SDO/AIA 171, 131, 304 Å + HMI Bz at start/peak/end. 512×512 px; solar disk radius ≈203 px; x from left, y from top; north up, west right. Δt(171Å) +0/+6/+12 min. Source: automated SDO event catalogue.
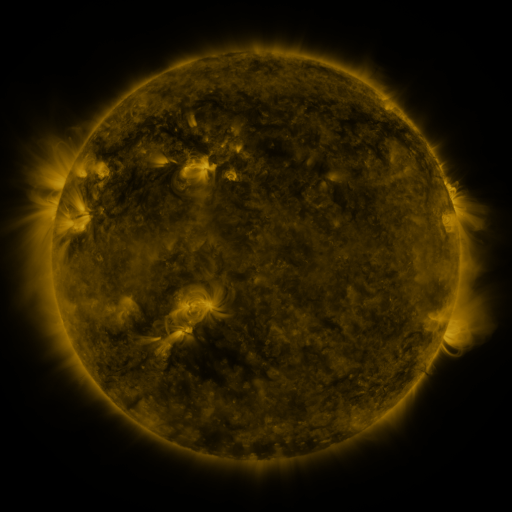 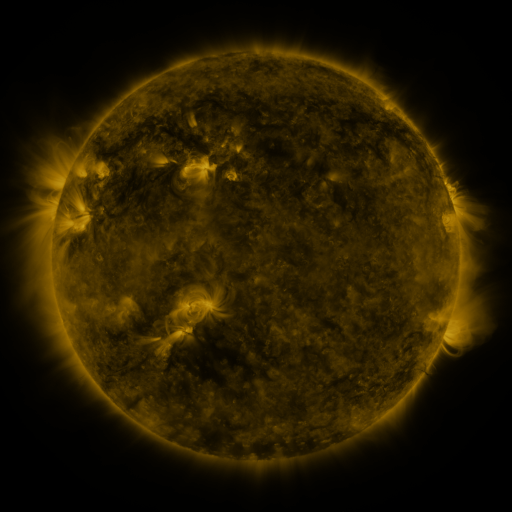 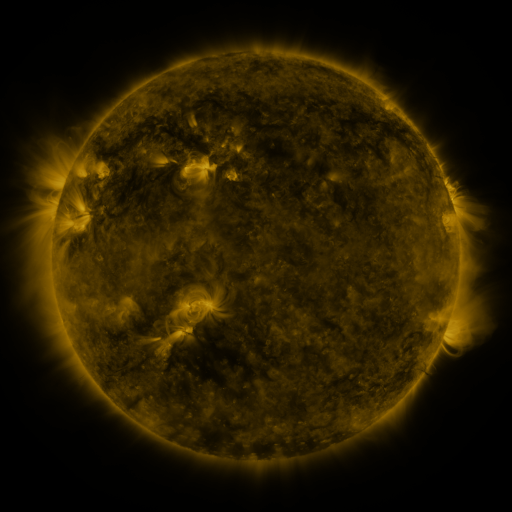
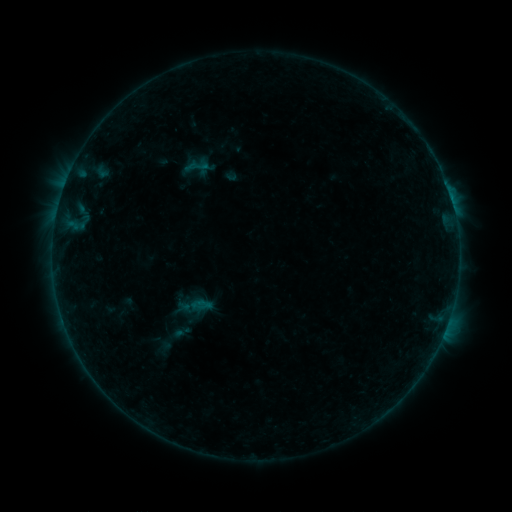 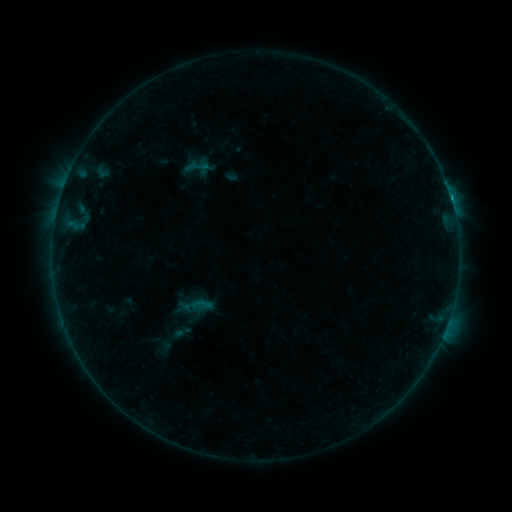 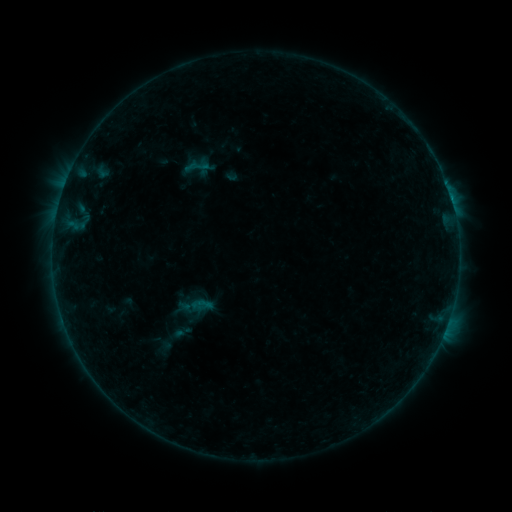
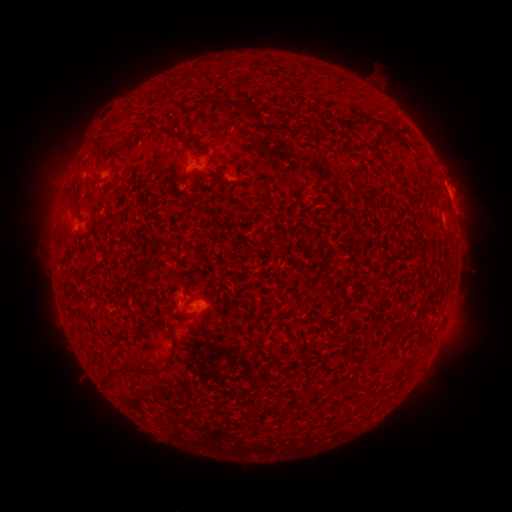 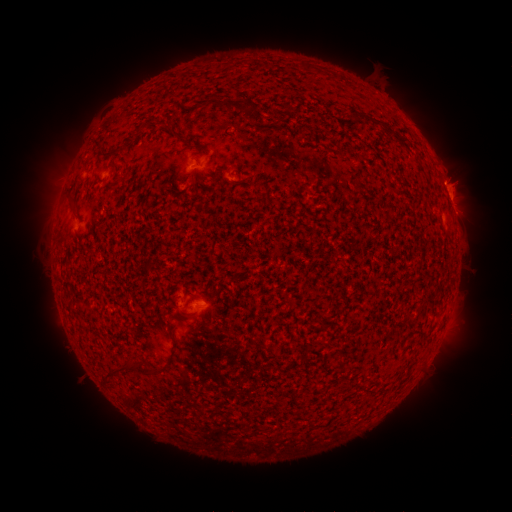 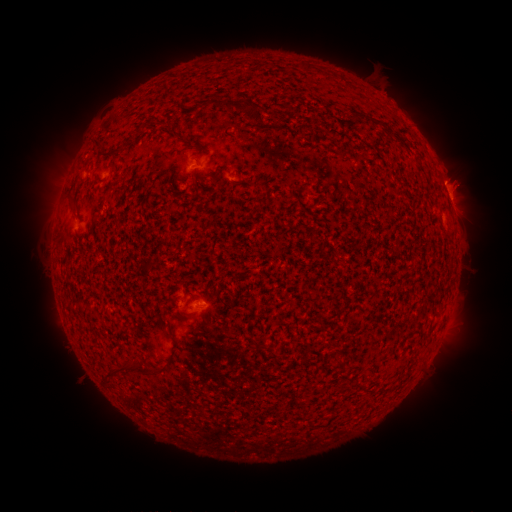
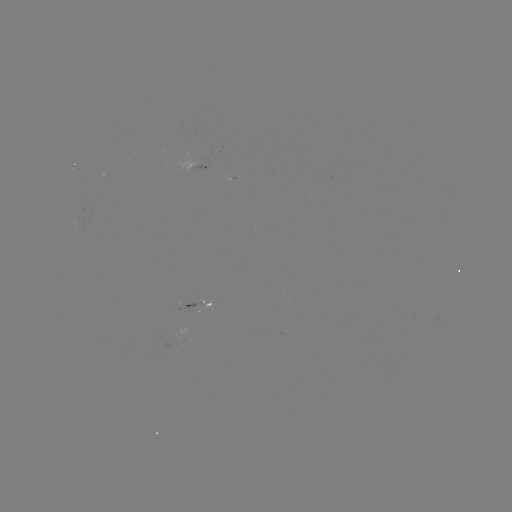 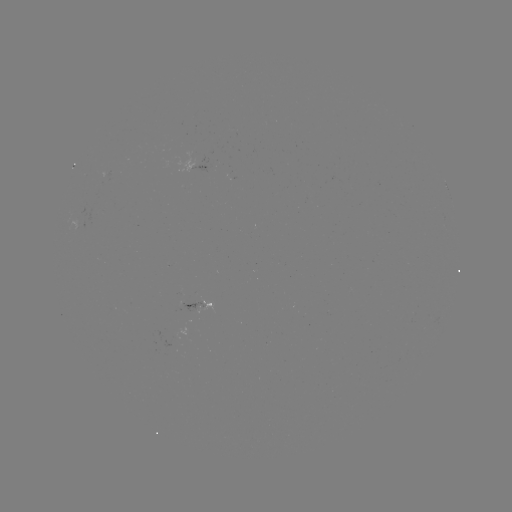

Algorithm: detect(B4.4 flare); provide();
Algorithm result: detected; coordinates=199,300